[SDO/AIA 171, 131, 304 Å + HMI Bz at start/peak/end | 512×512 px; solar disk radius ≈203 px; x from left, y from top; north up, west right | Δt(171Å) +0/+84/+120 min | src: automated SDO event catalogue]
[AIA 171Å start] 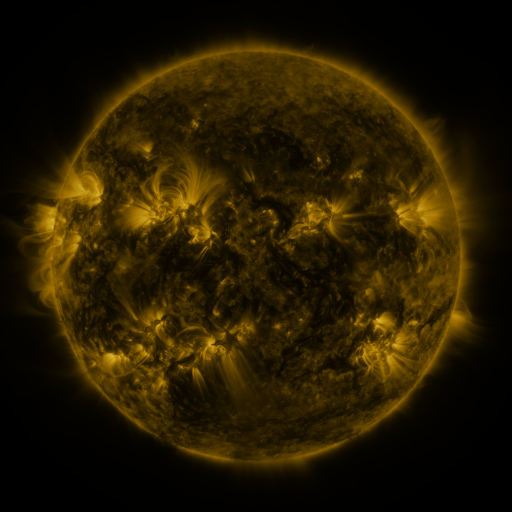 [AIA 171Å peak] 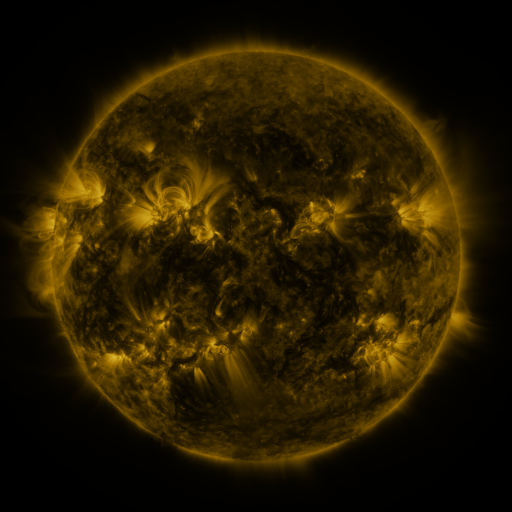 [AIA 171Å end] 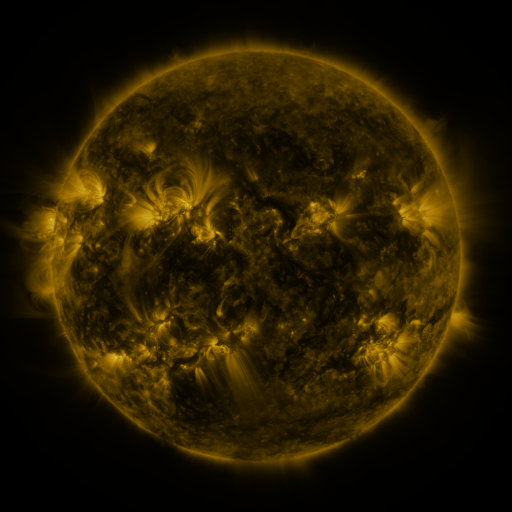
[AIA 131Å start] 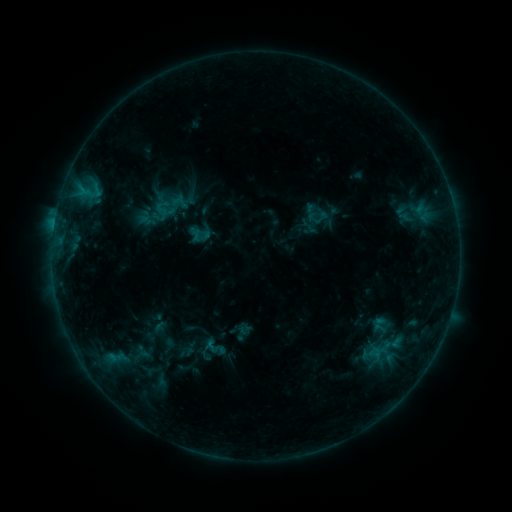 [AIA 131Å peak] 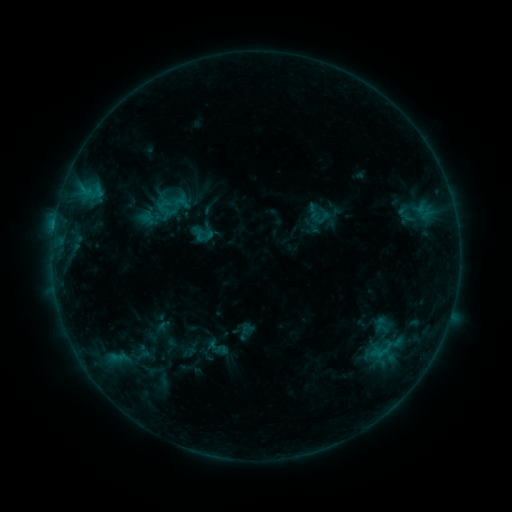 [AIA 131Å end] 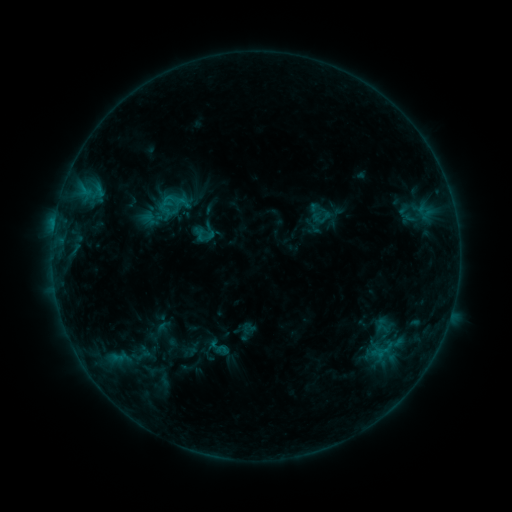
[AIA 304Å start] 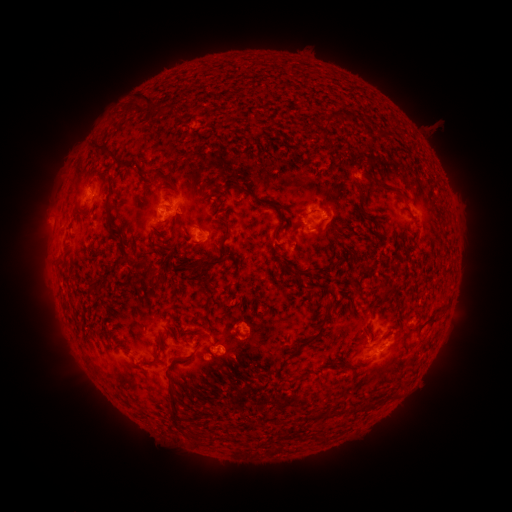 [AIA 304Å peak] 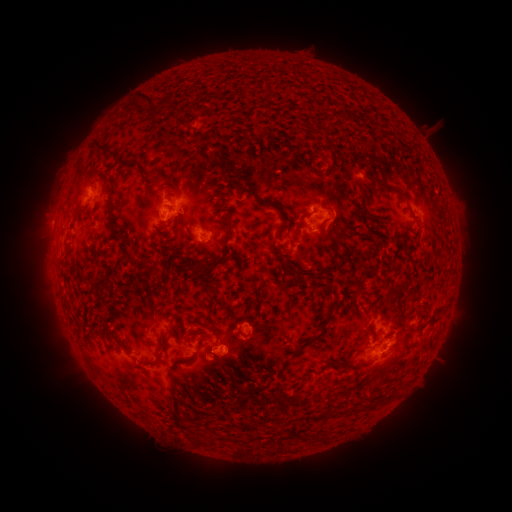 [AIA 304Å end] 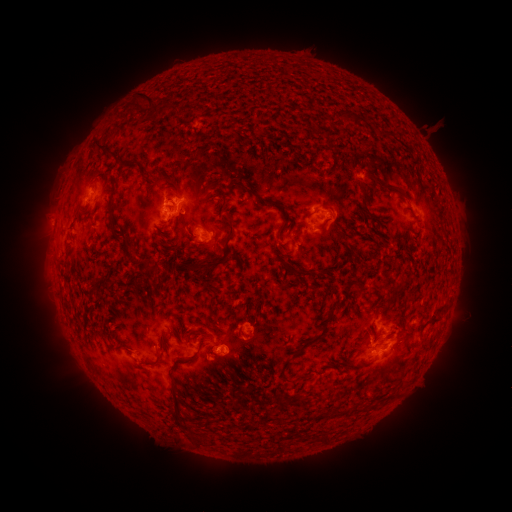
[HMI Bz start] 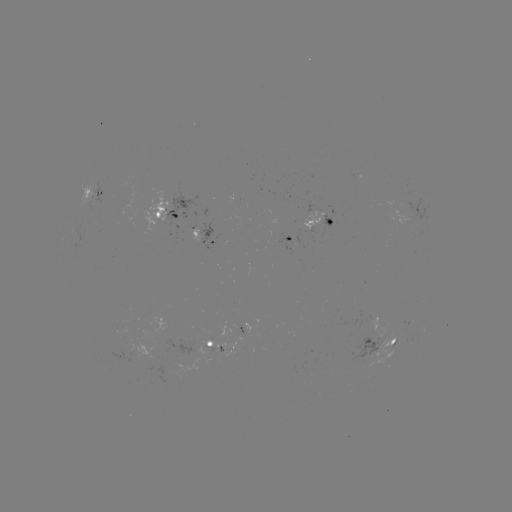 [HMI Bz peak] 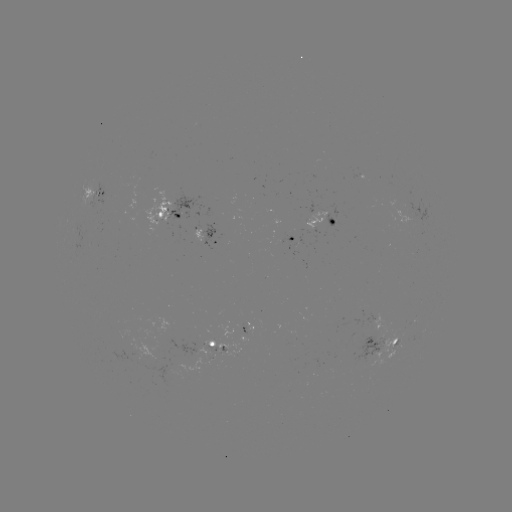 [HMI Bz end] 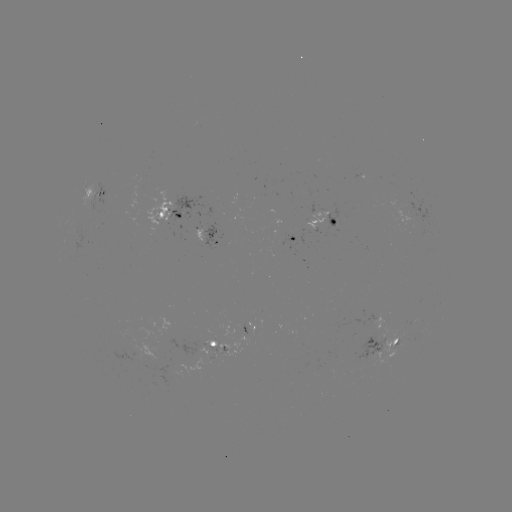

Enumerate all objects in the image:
emerging-flux region: (168, 373)
